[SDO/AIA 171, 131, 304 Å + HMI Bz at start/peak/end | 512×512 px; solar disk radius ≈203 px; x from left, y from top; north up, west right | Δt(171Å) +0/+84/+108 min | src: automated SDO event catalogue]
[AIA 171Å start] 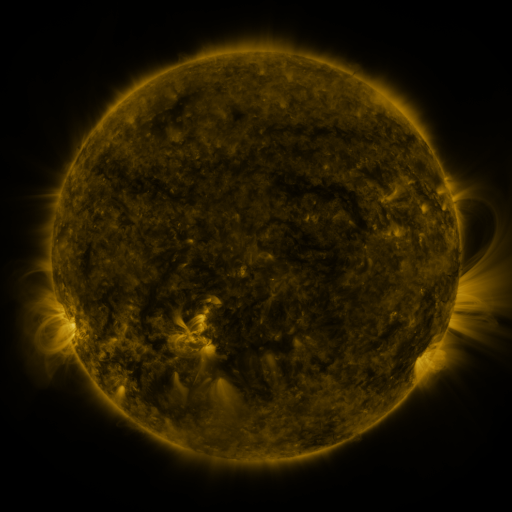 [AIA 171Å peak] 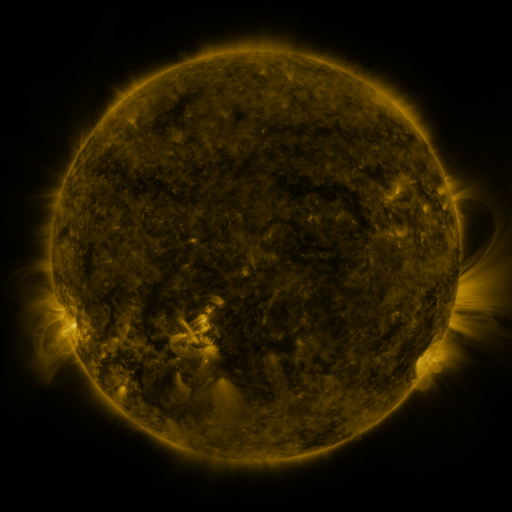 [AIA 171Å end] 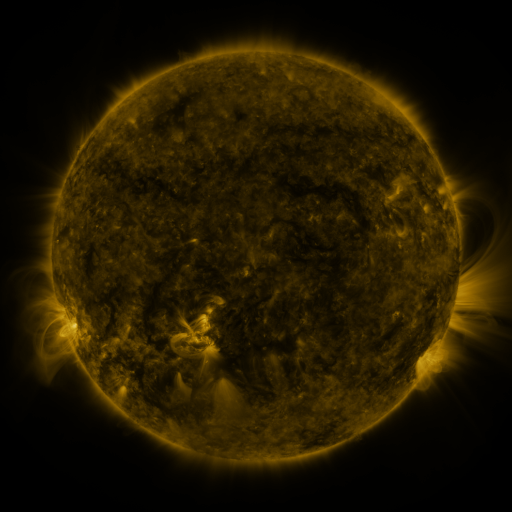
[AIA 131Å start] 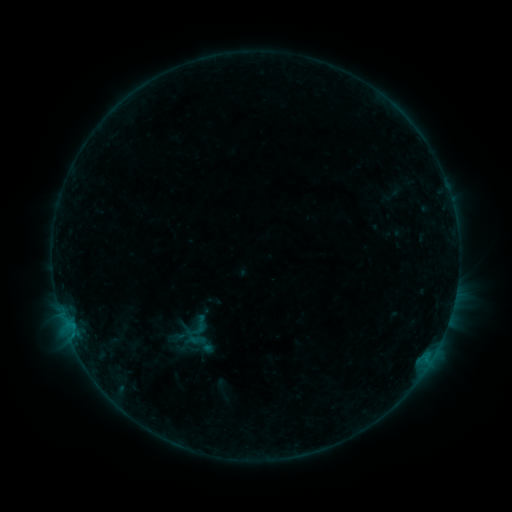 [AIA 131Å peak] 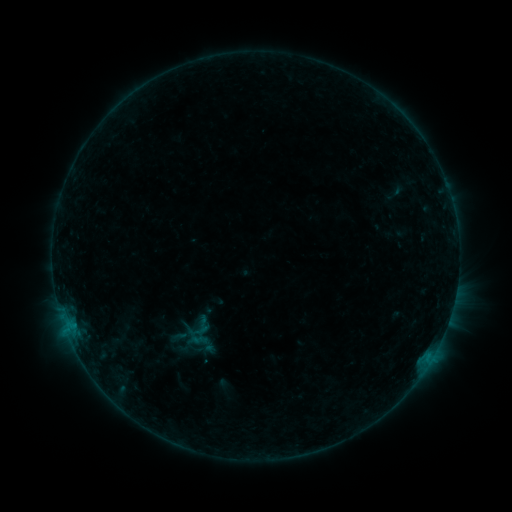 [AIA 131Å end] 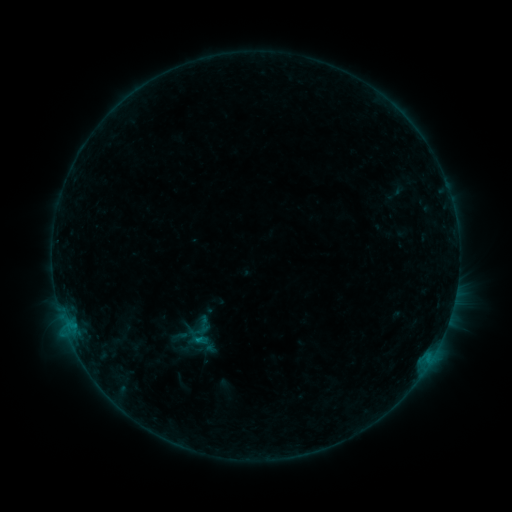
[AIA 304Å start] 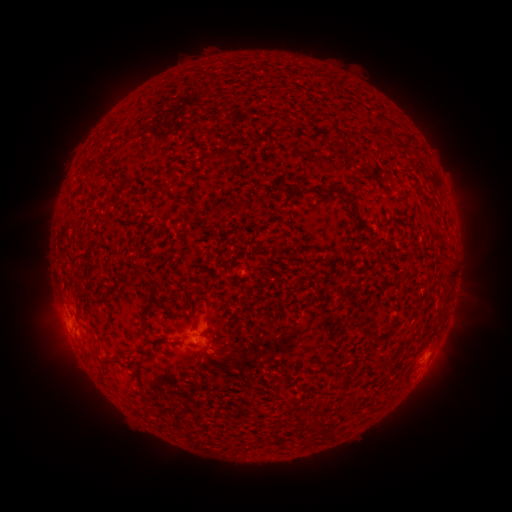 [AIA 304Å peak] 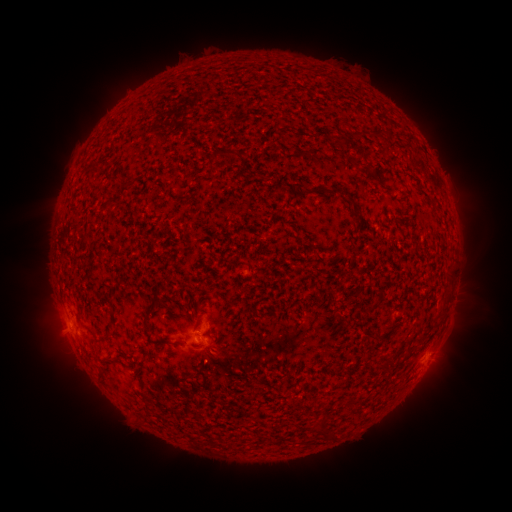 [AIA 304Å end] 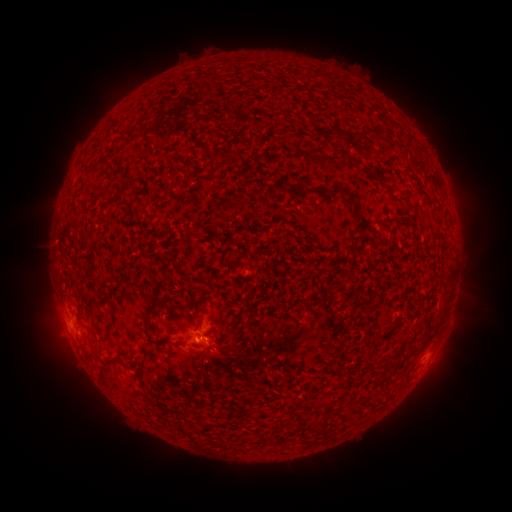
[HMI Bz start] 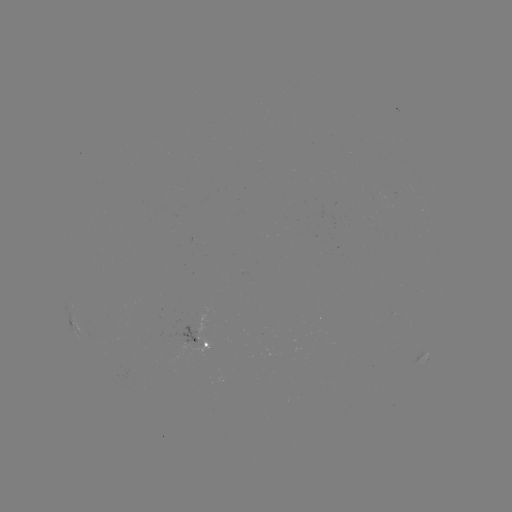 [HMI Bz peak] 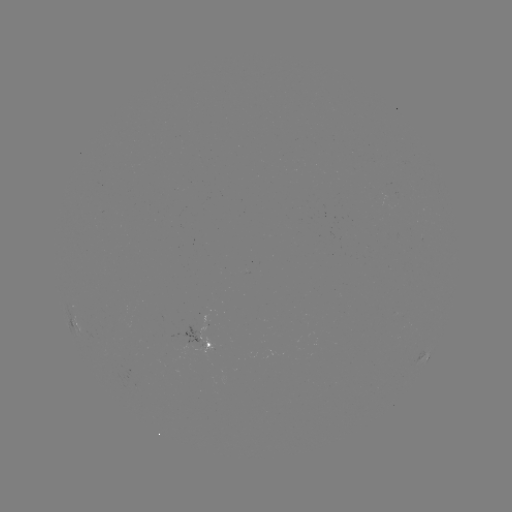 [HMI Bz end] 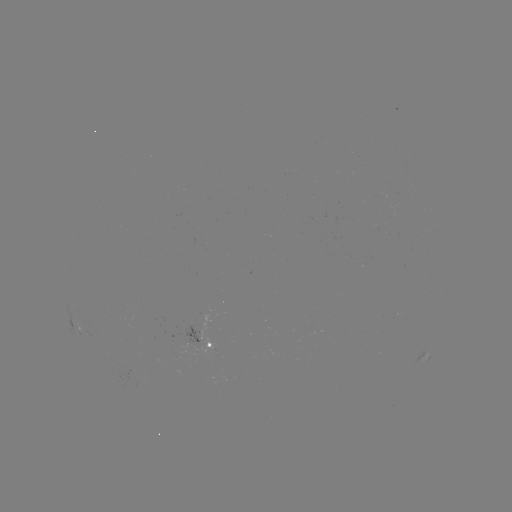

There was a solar emerging-flux region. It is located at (191, 339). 